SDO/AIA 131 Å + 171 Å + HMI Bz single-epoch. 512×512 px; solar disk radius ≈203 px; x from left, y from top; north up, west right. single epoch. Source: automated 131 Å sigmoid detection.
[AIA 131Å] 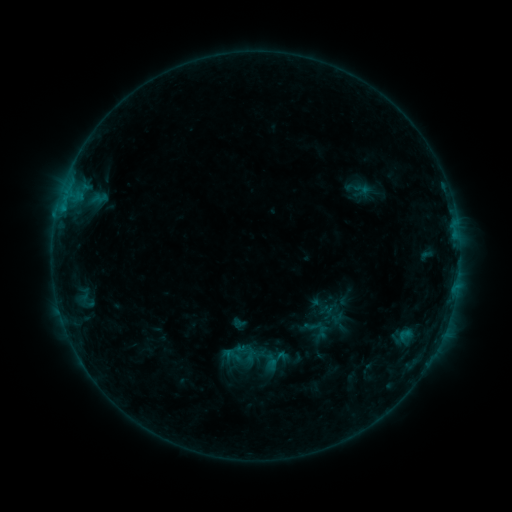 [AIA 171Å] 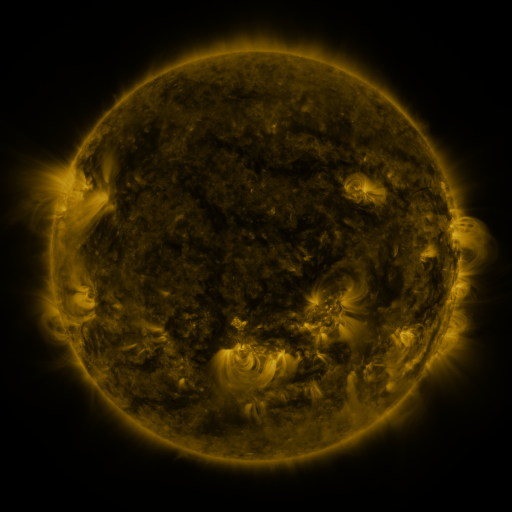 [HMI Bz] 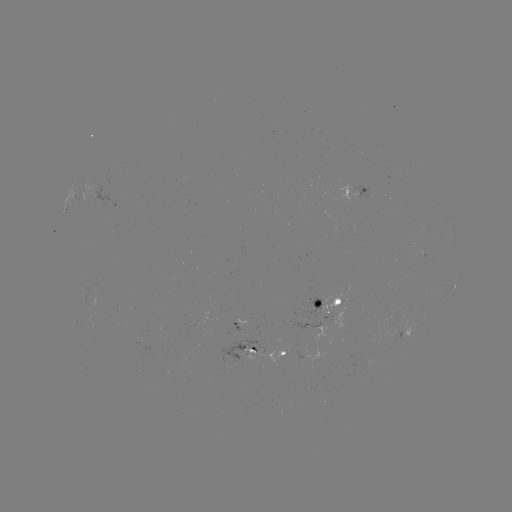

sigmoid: [233, 341, 258, 365]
